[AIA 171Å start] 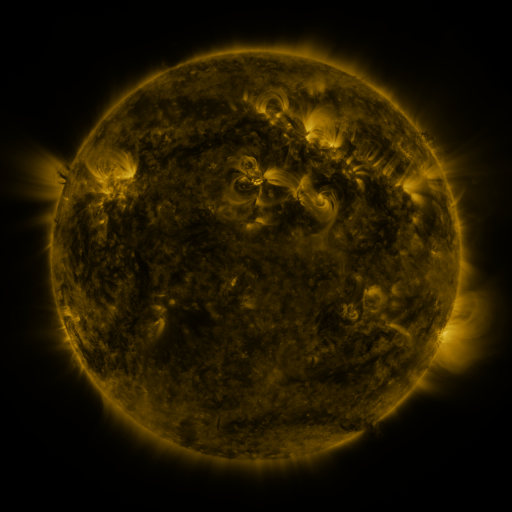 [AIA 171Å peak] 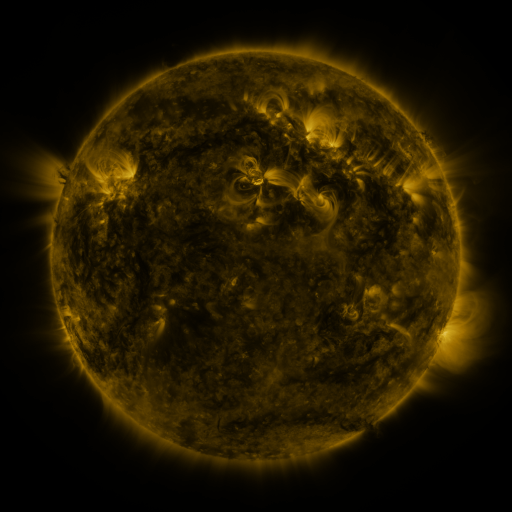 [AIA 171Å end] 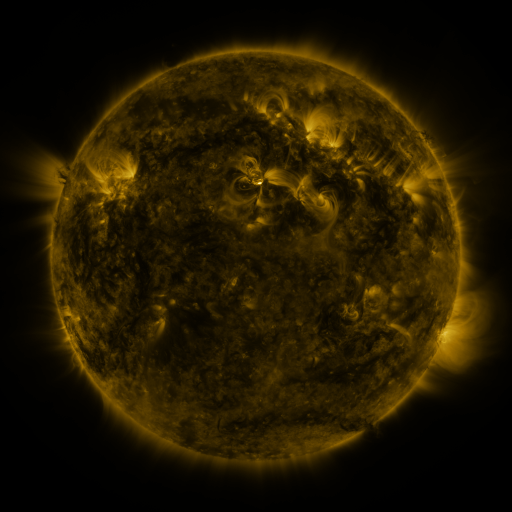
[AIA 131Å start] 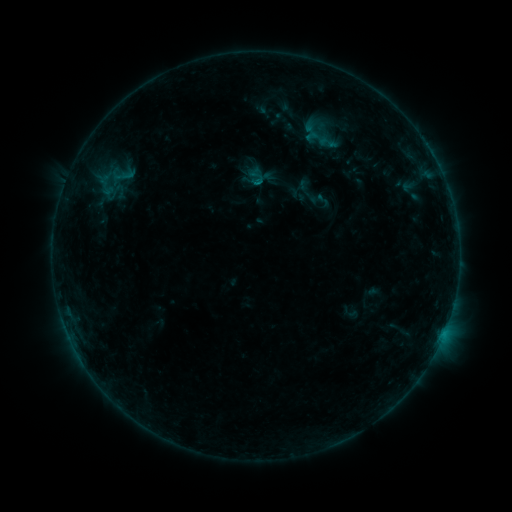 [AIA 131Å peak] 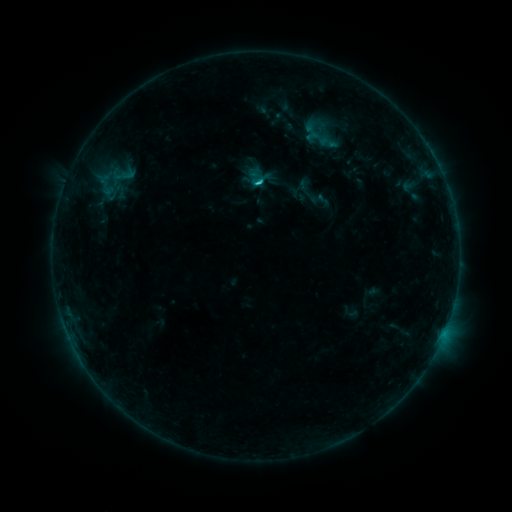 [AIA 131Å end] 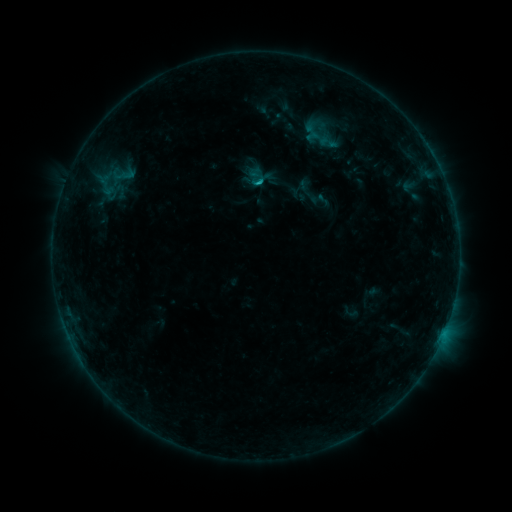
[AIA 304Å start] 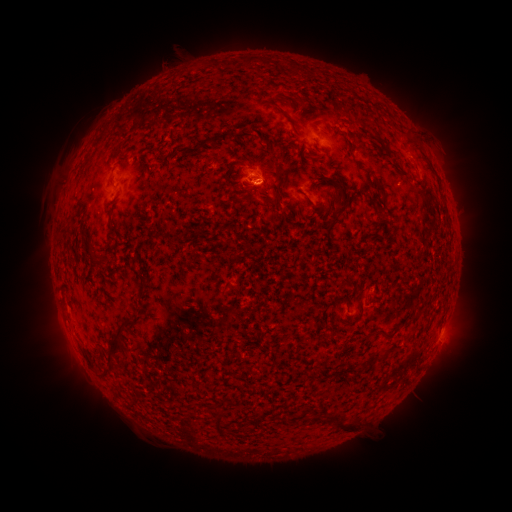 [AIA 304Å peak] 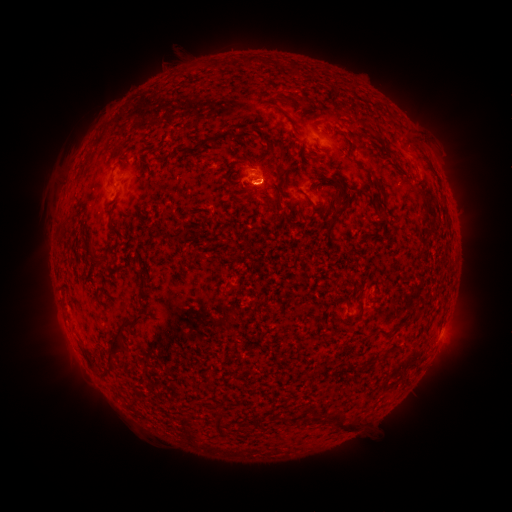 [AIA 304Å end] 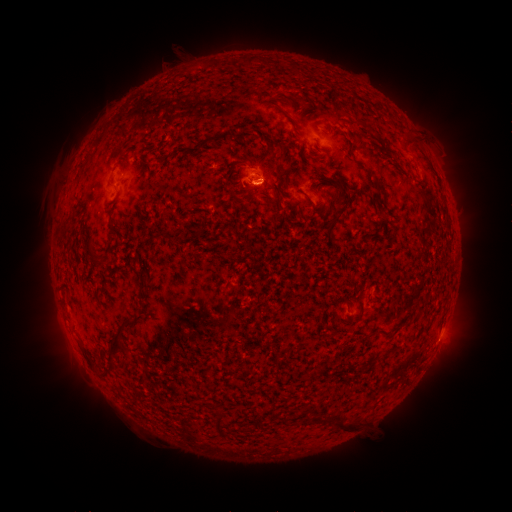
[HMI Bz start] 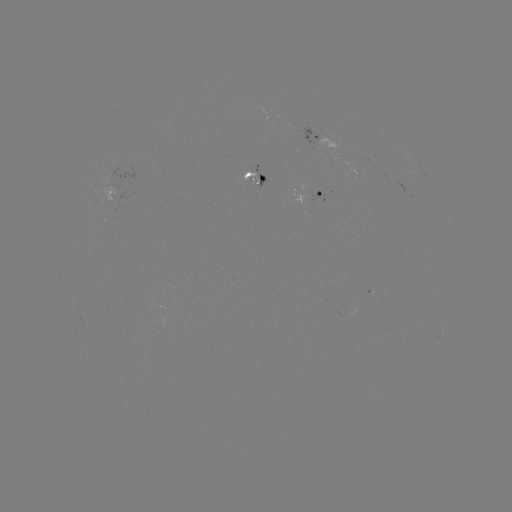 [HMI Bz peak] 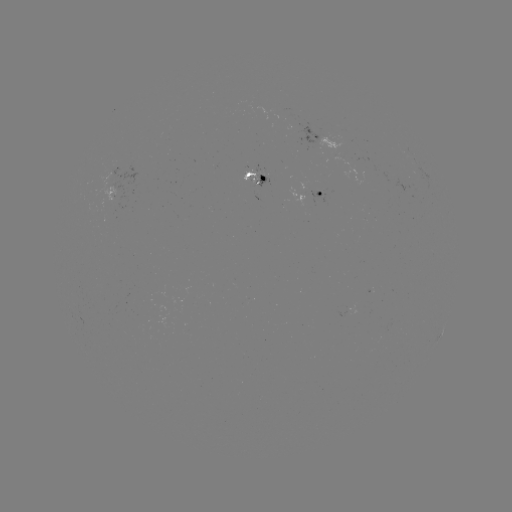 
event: flare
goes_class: C1.1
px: (259, 182)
